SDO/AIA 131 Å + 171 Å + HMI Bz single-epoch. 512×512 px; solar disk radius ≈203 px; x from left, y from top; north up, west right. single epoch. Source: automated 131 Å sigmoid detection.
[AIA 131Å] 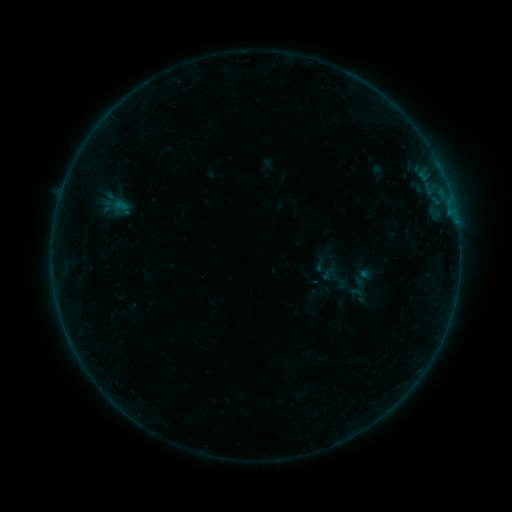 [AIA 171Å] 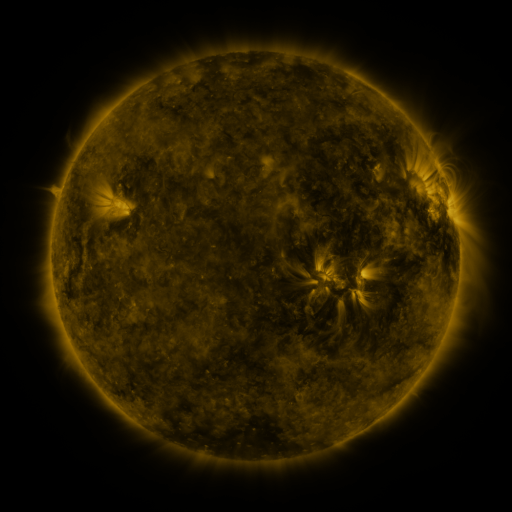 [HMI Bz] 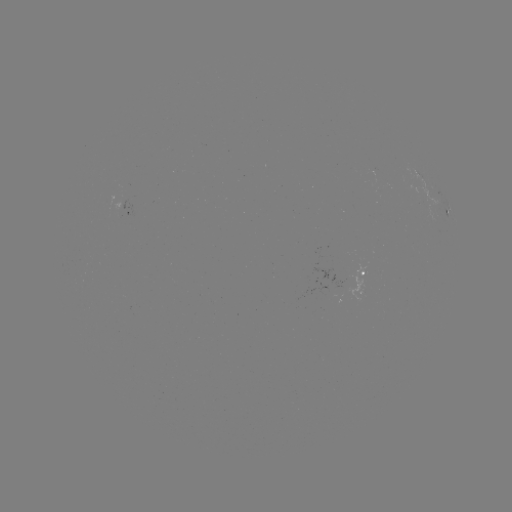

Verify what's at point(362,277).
sigmoid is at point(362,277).